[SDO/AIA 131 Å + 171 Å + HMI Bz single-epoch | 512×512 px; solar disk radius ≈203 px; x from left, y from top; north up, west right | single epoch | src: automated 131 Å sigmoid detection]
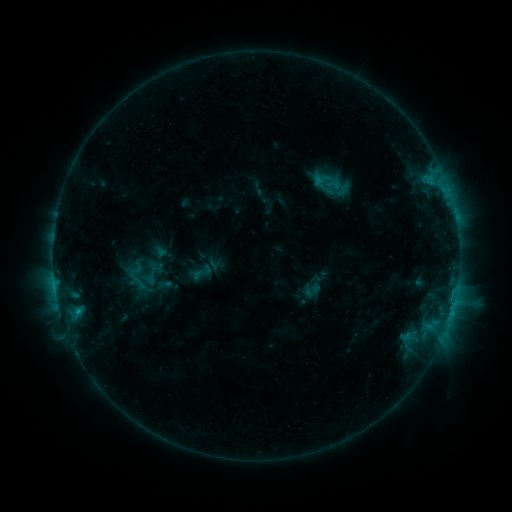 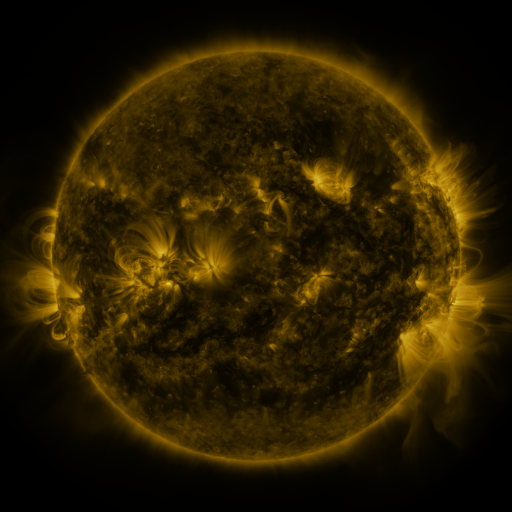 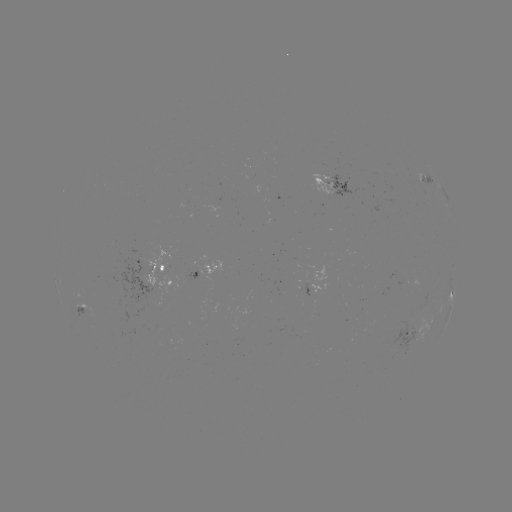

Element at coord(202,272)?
sigmoid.